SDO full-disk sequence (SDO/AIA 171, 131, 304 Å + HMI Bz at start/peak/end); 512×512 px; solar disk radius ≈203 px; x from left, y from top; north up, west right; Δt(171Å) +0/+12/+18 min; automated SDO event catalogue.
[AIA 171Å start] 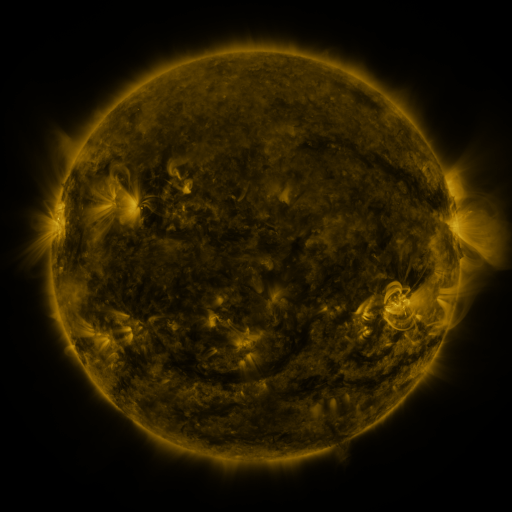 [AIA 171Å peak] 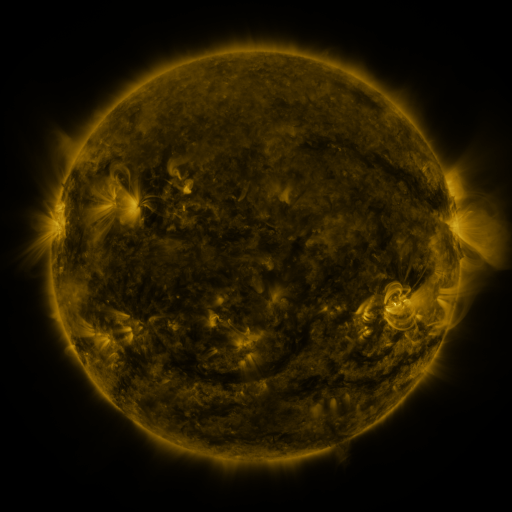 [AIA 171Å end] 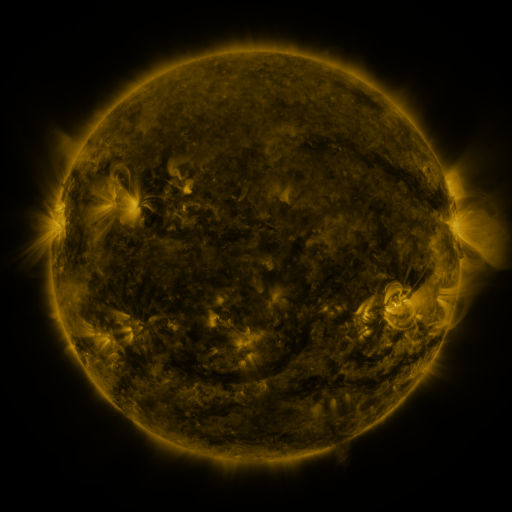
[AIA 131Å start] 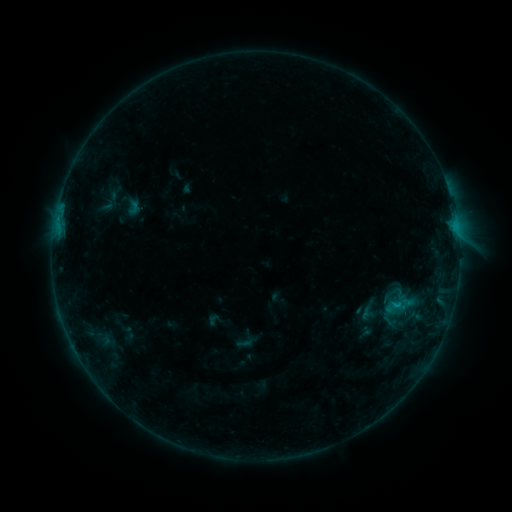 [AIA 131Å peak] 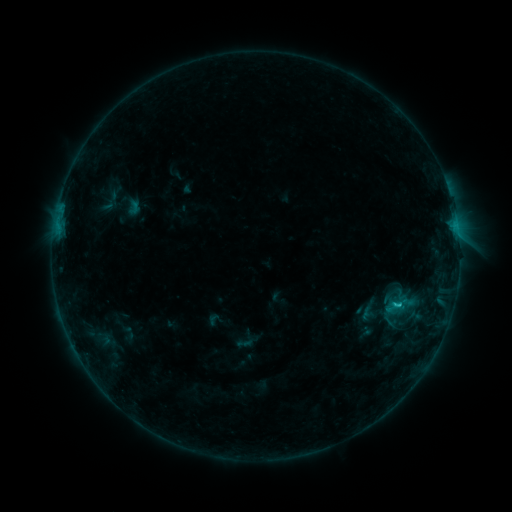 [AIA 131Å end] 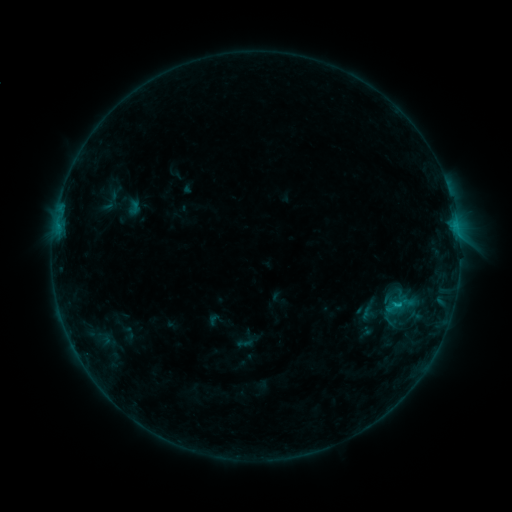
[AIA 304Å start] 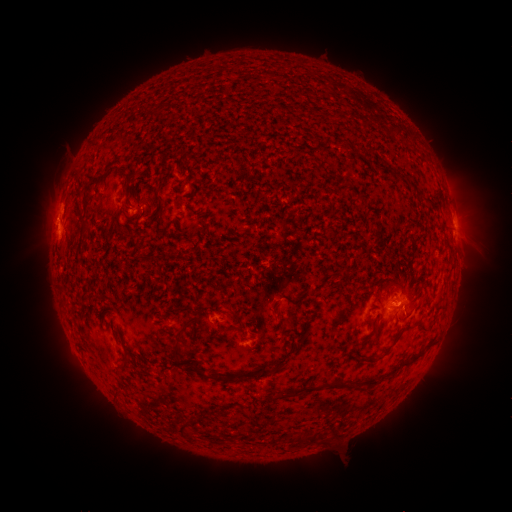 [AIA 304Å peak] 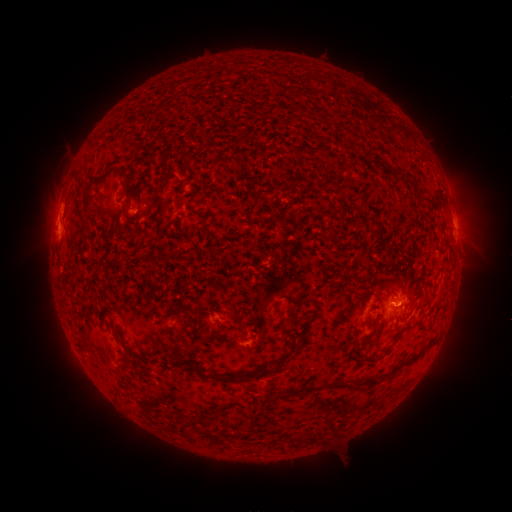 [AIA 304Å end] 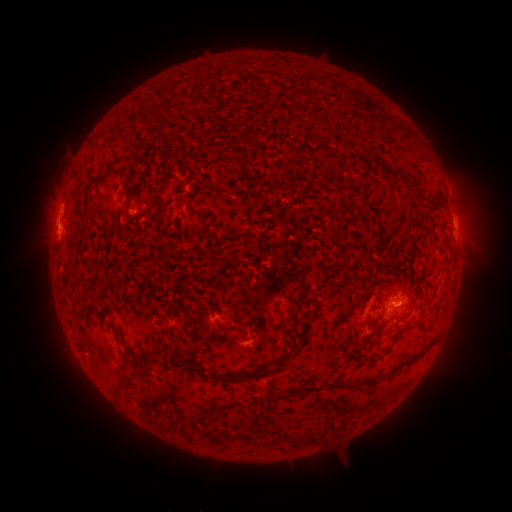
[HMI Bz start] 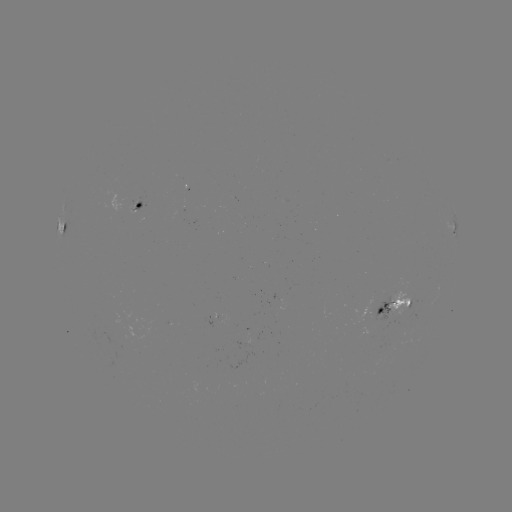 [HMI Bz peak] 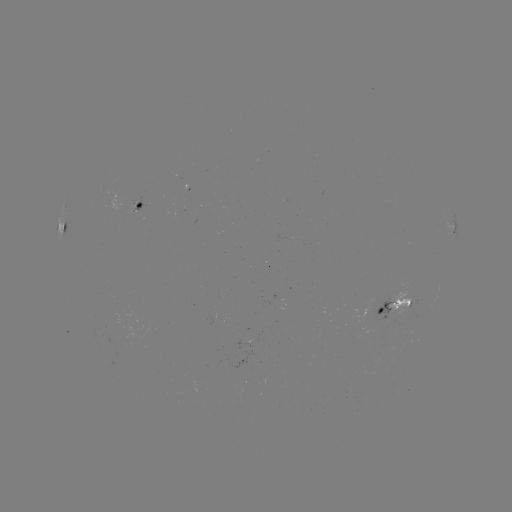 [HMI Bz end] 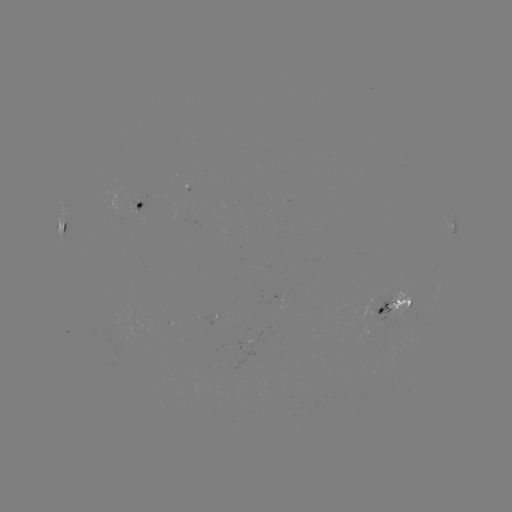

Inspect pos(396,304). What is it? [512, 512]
B7.9 flare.